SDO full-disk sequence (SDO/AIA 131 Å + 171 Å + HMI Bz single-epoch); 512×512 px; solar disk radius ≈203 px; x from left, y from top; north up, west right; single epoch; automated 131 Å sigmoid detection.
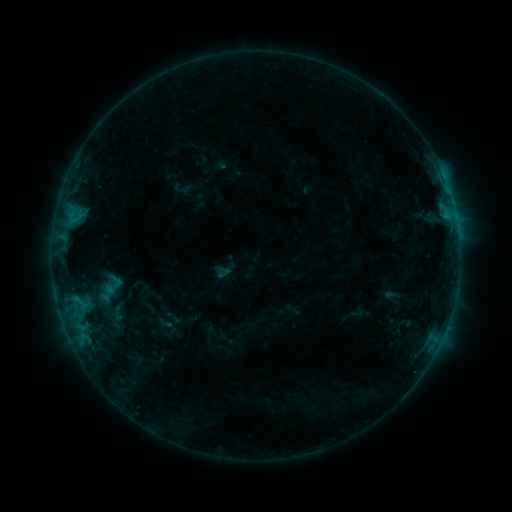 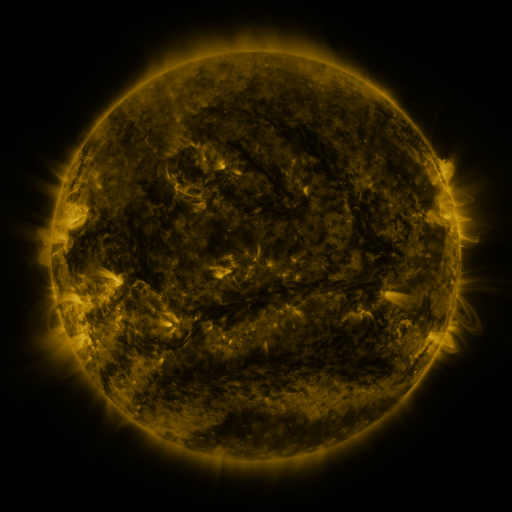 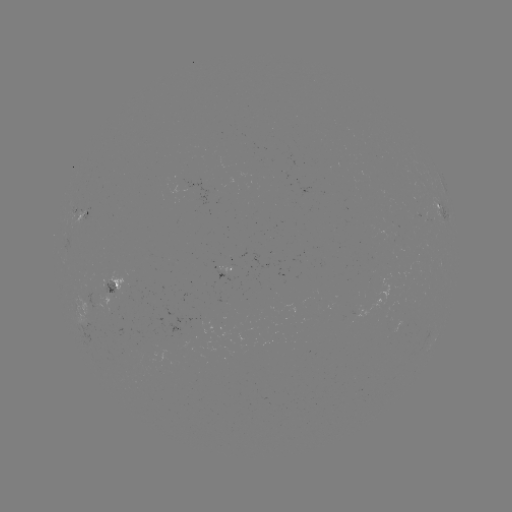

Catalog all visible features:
sigmoid: (69, 268, 145, 324)
sigmoid: (107, 274, 125, 289)
